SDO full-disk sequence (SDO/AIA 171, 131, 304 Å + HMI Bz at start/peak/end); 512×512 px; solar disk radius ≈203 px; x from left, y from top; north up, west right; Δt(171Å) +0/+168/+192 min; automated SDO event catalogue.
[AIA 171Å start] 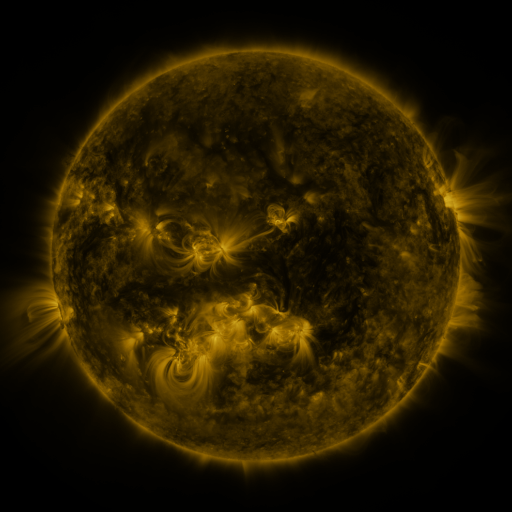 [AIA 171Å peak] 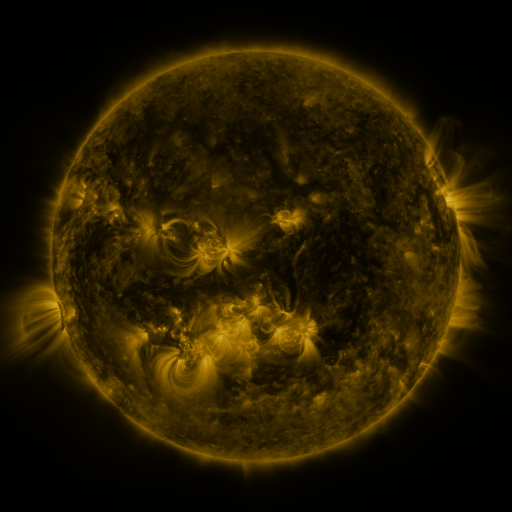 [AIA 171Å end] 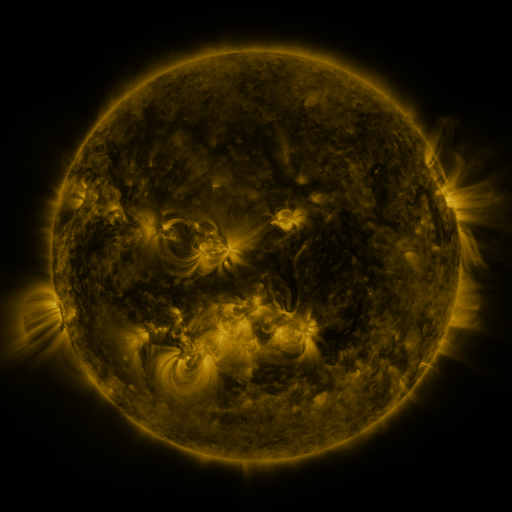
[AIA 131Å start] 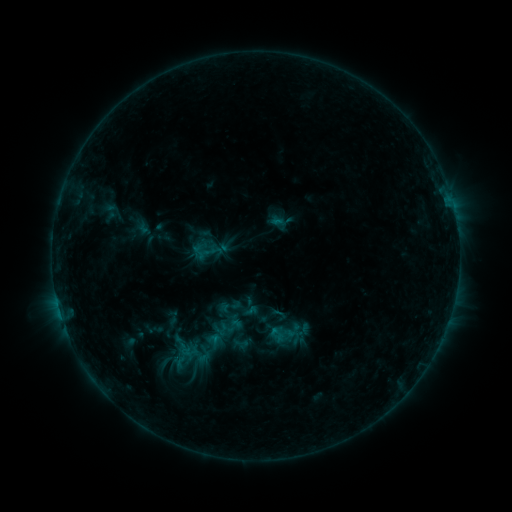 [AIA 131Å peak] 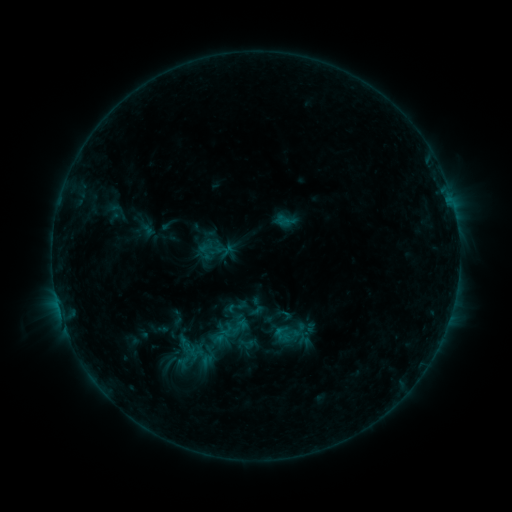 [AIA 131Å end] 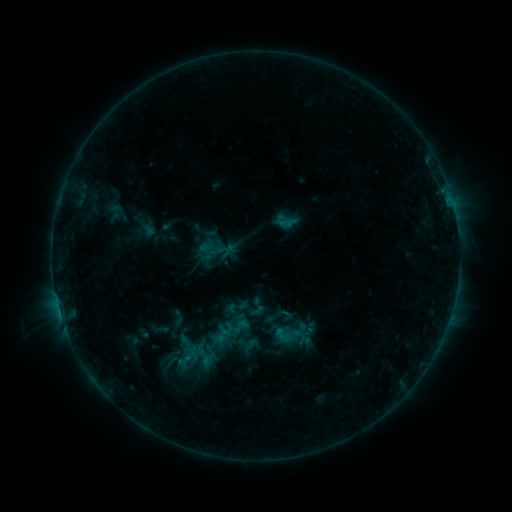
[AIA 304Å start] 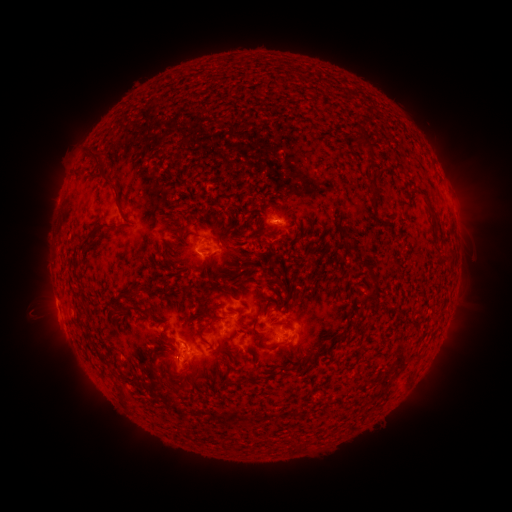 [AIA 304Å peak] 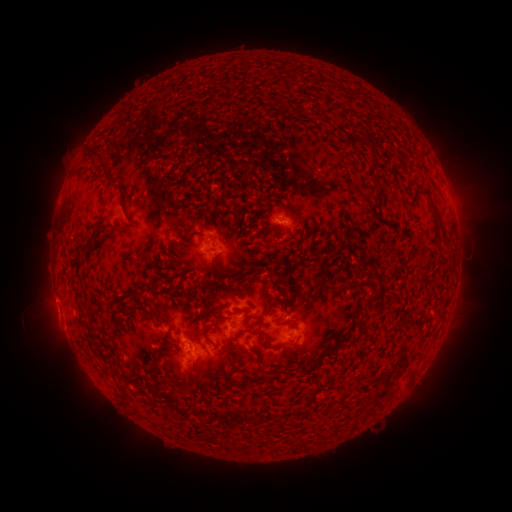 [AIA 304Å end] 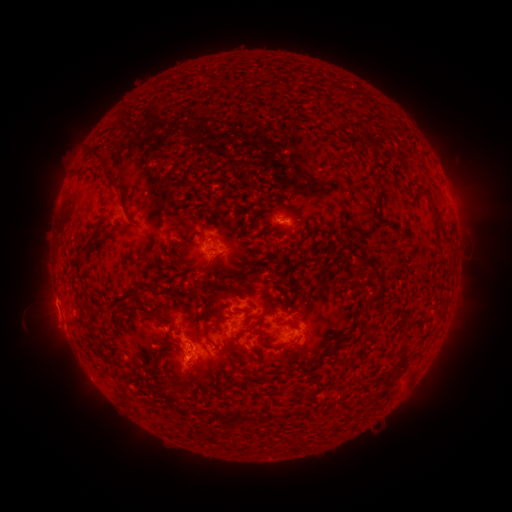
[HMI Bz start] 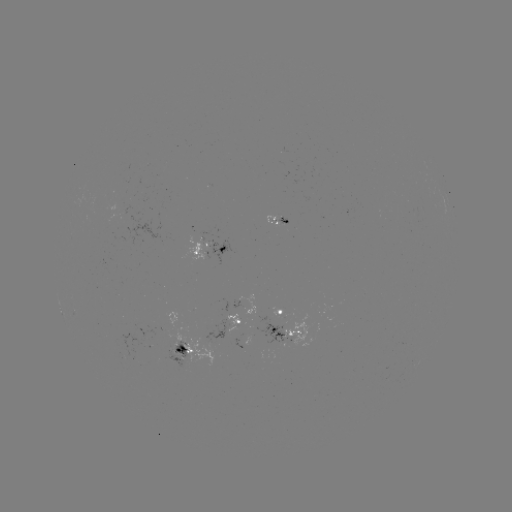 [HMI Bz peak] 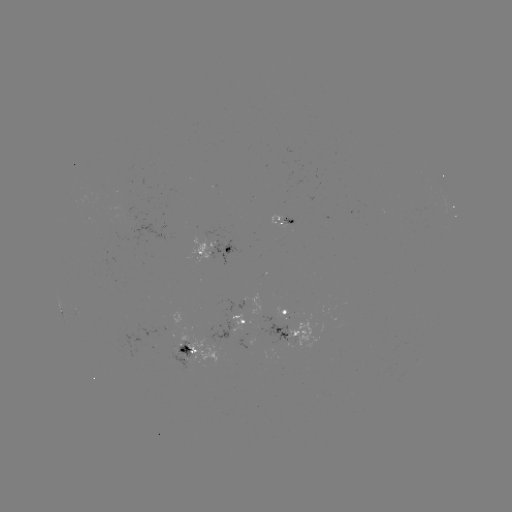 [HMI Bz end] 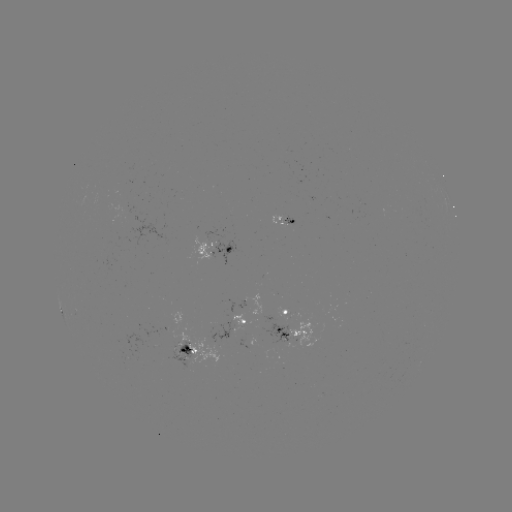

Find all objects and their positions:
emerging-flux region: (178, 350)
